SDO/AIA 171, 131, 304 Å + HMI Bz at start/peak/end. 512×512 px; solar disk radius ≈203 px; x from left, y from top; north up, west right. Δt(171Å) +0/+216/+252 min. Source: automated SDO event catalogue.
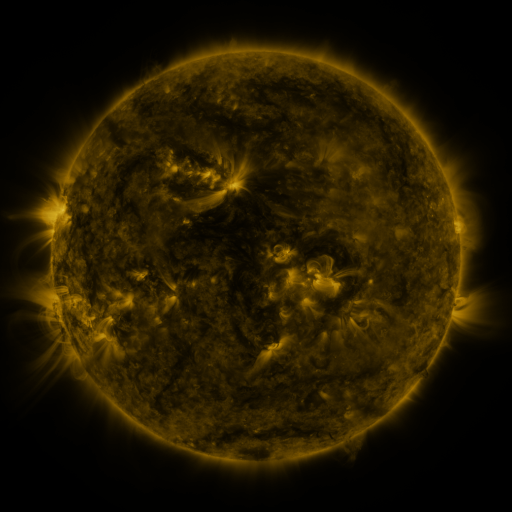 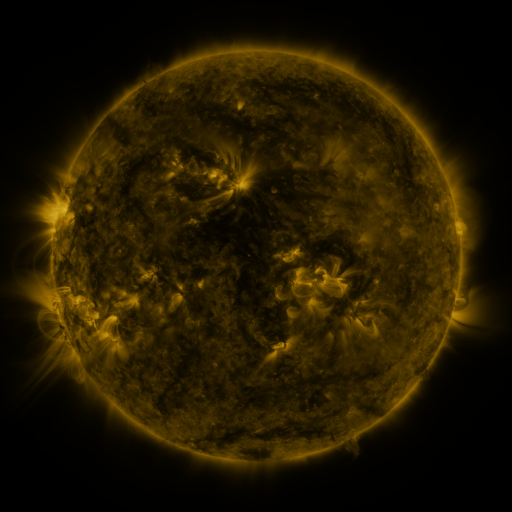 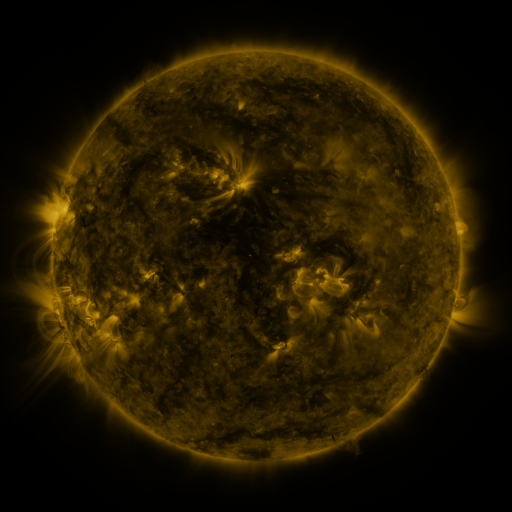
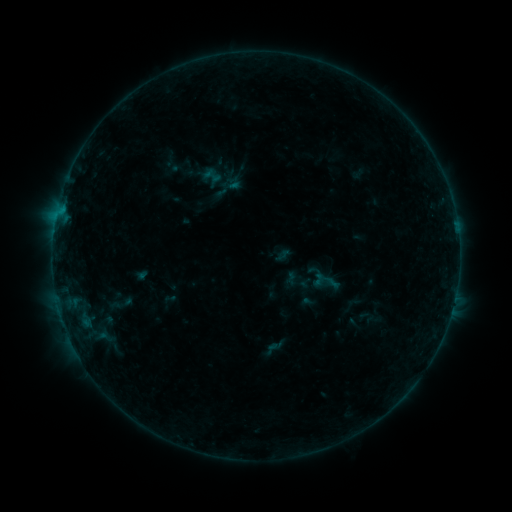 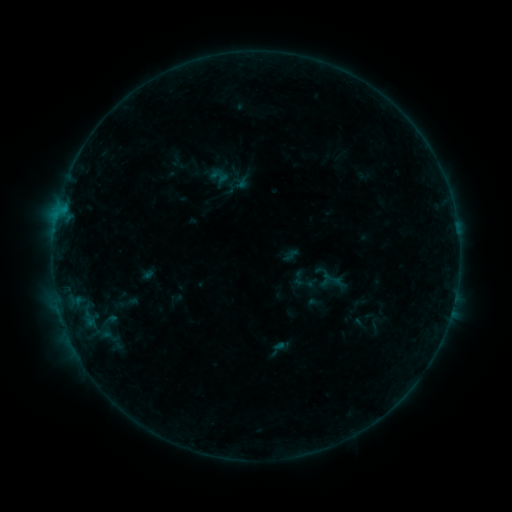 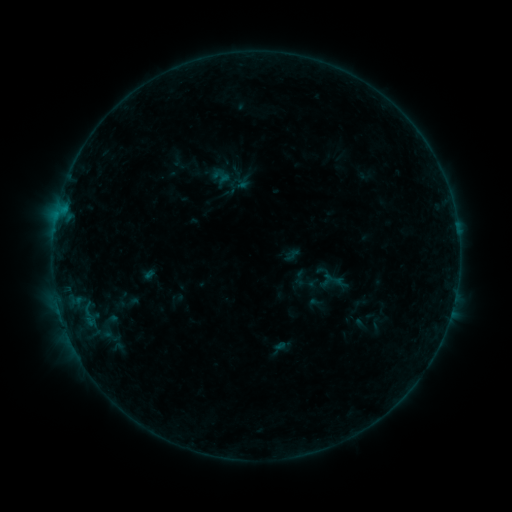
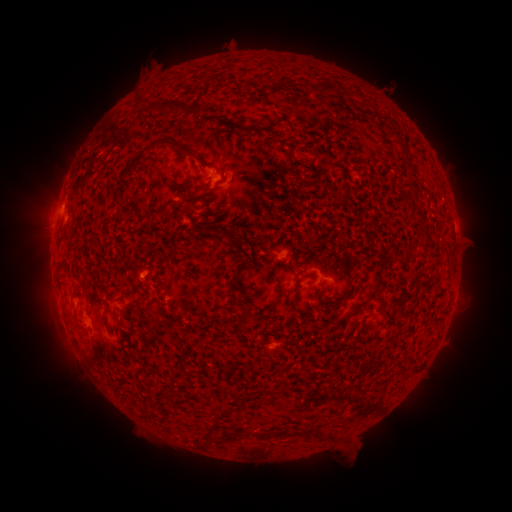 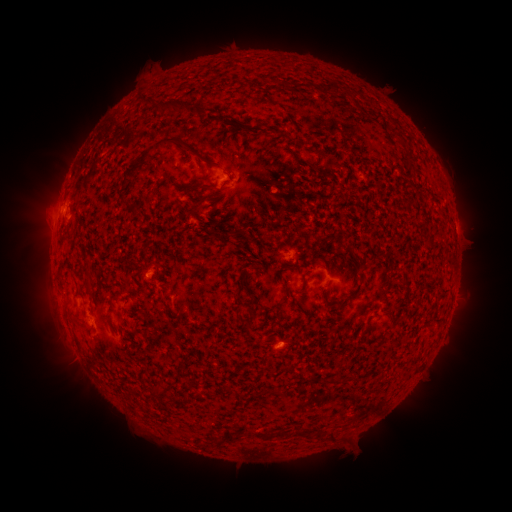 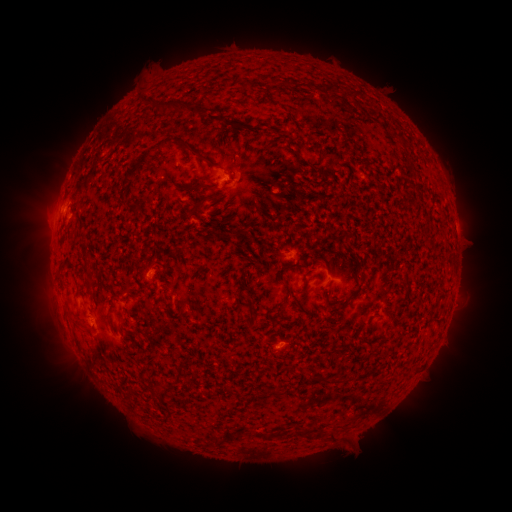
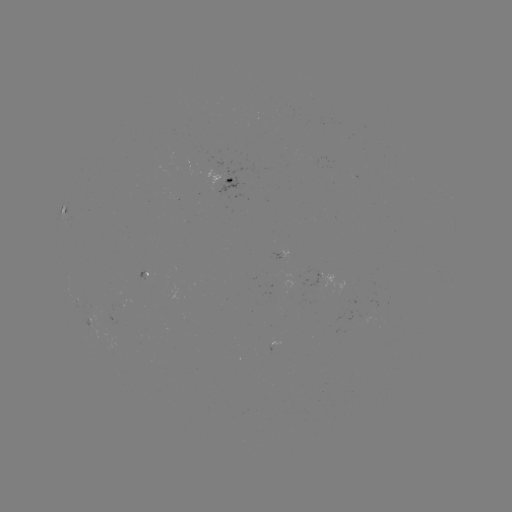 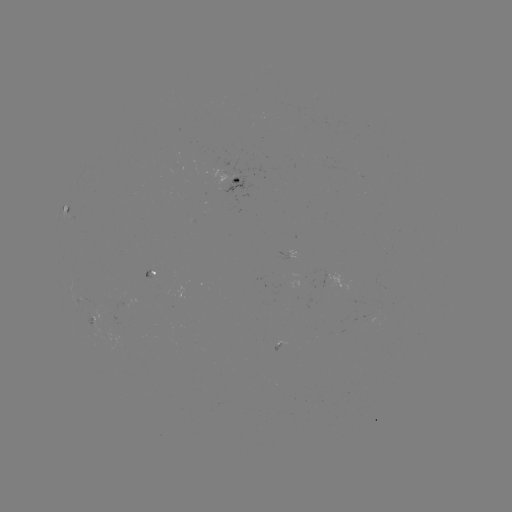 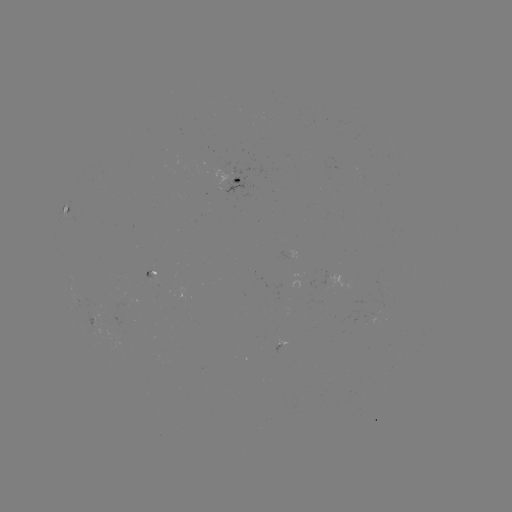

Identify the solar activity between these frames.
emerging-flux region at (148, 277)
